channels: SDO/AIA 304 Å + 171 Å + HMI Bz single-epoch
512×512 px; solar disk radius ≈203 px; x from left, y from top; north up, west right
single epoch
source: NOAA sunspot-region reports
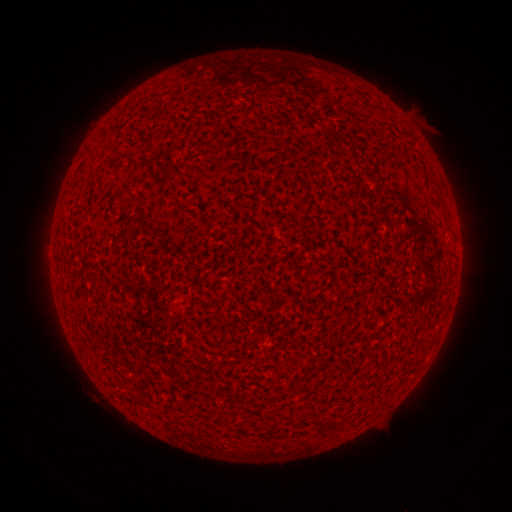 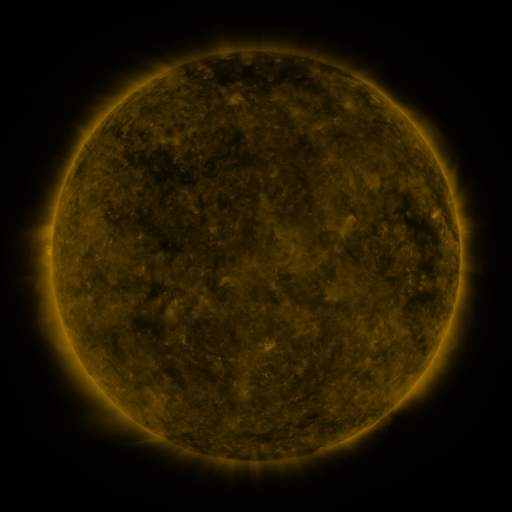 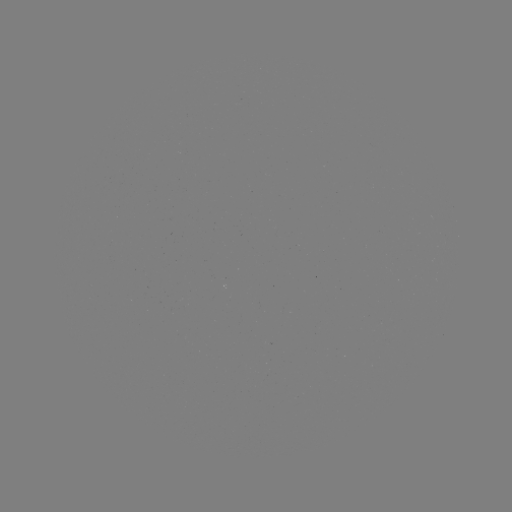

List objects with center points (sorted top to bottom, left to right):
(none)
